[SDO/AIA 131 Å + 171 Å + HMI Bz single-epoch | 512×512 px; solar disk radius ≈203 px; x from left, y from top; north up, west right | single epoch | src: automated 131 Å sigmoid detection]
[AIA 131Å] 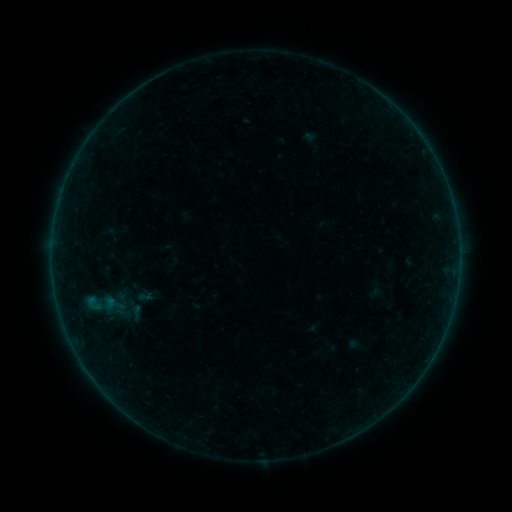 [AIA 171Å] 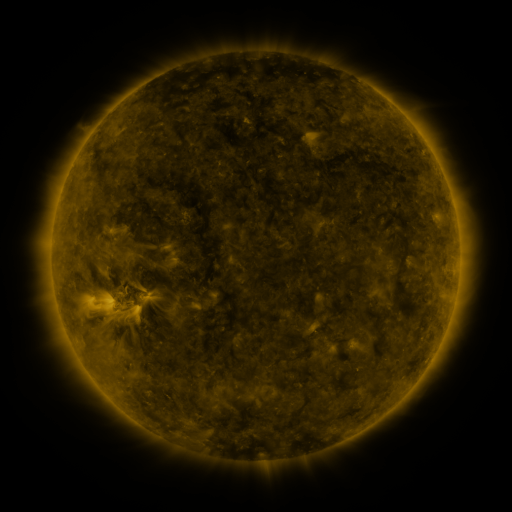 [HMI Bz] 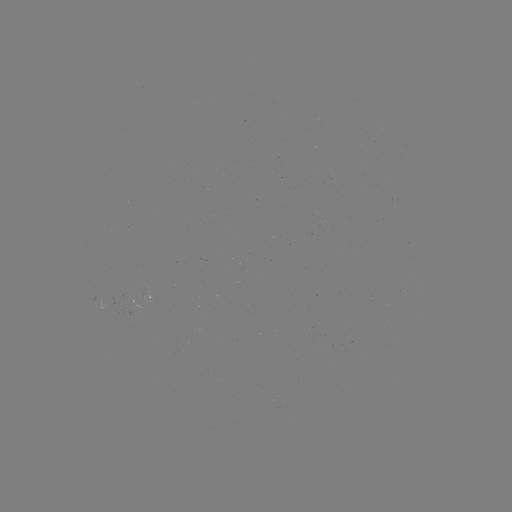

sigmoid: (129, 277, 147, 297)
